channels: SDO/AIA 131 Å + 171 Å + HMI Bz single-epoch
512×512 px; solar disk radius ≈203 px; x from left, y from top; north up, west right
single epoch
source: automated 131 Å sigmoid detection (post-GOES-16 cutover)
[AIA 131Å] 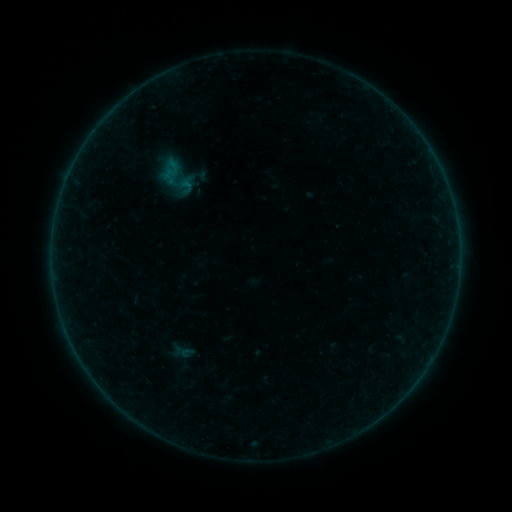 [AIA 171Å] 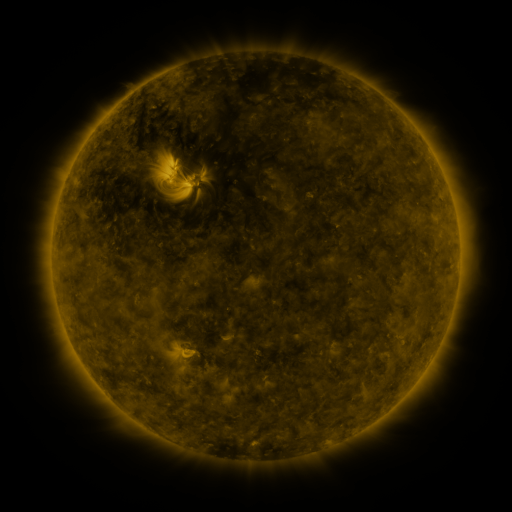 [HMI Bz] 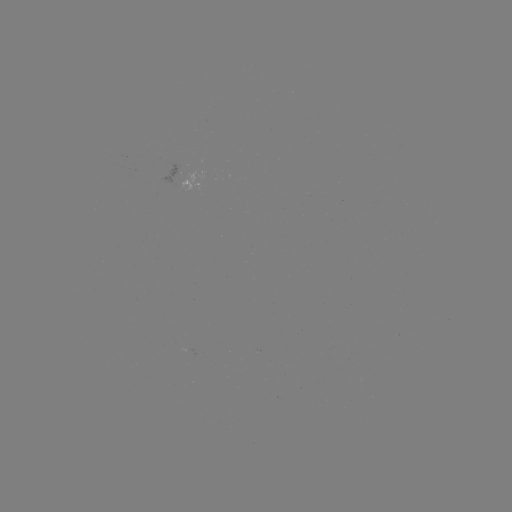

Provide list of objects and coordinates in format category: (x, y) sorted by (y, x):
sigmoid: (178, 177)
